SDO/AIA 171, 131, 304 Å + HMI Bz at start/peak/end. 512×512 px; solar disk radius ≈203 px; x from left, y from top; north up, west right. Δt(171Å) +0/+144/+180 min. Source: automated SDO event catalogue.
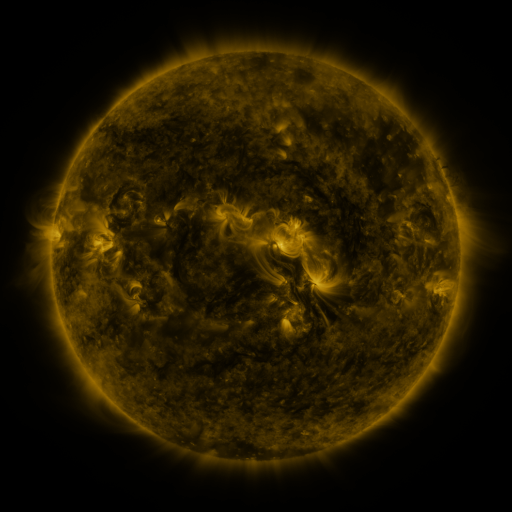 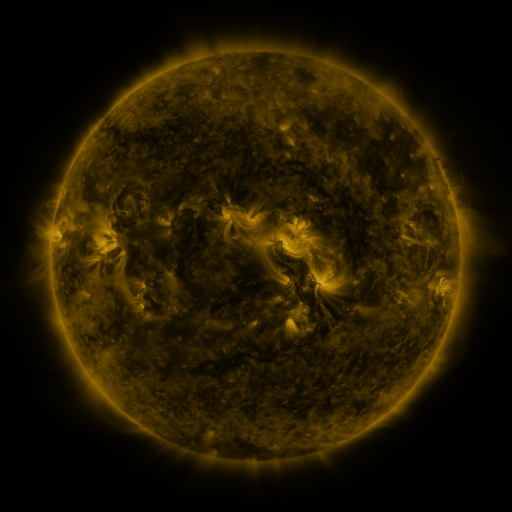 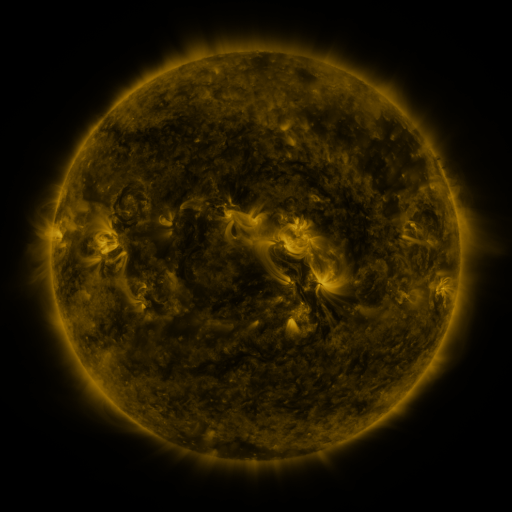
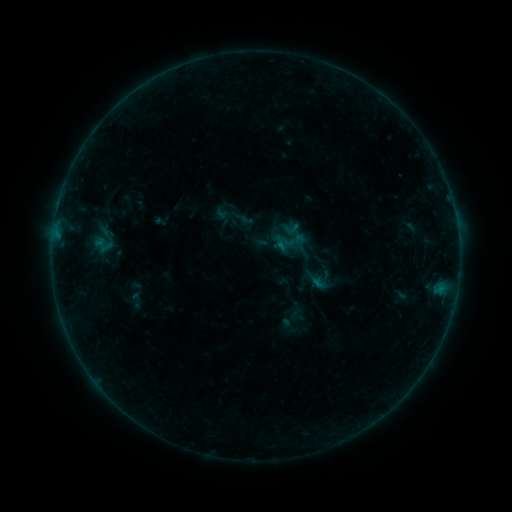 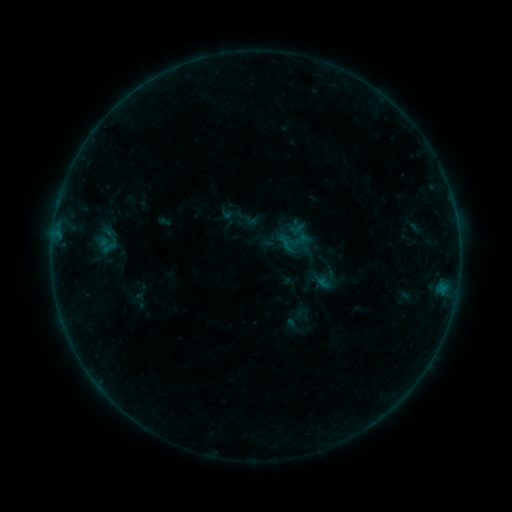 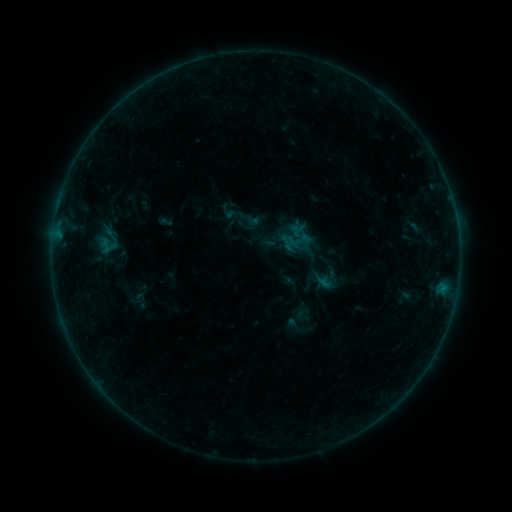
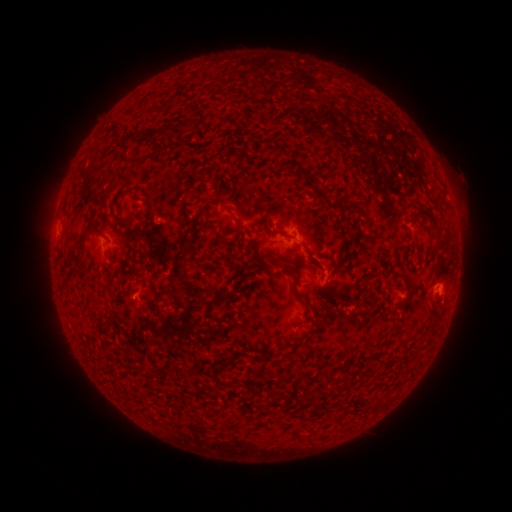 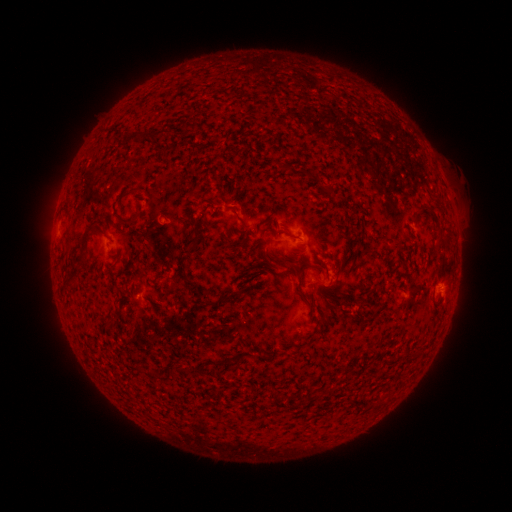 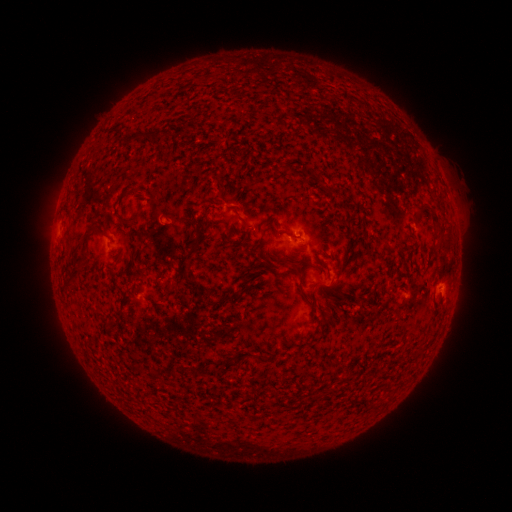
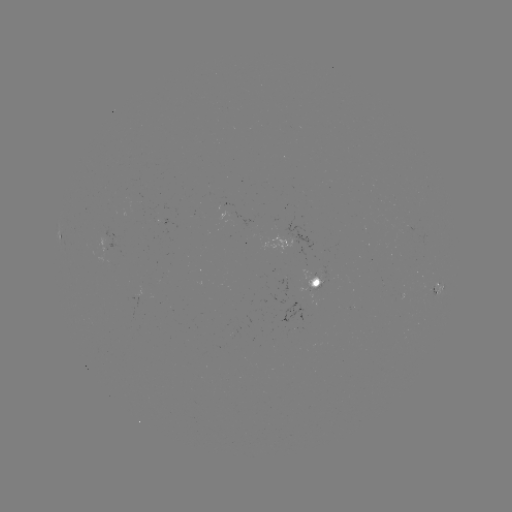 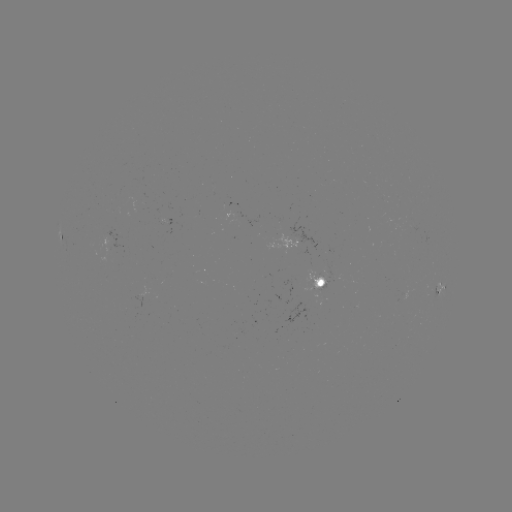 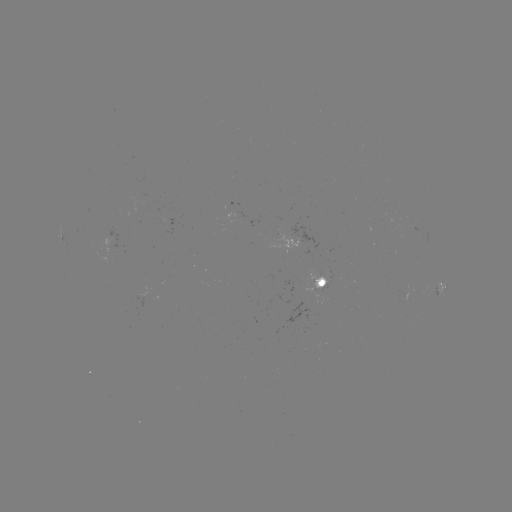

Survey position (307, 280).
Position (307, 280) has emerging-flux region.